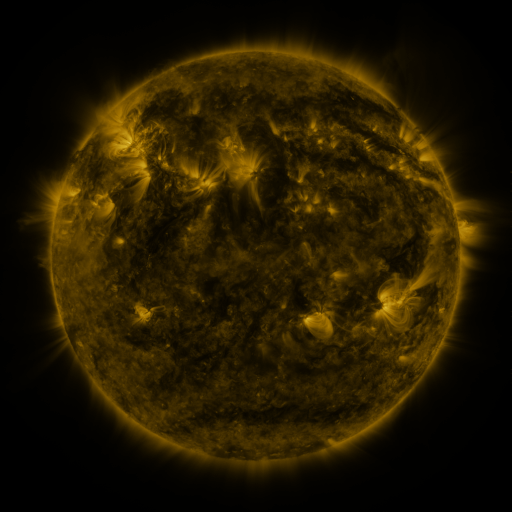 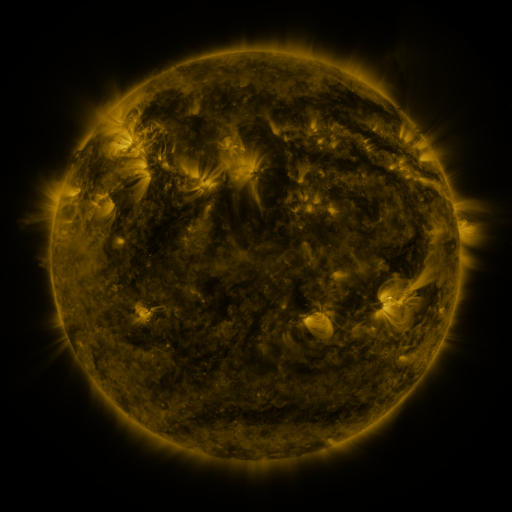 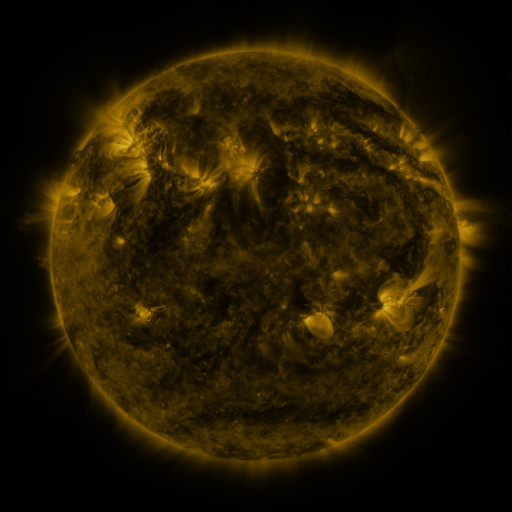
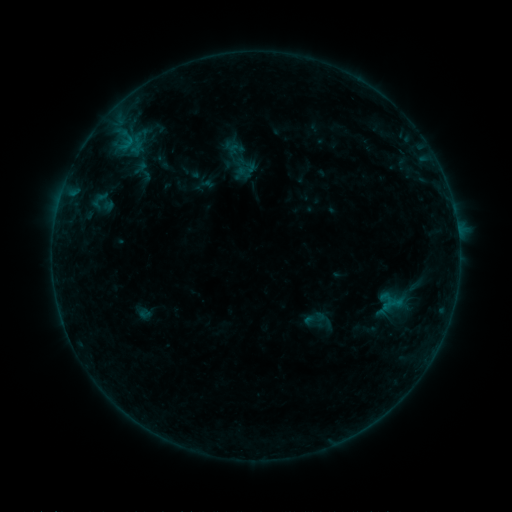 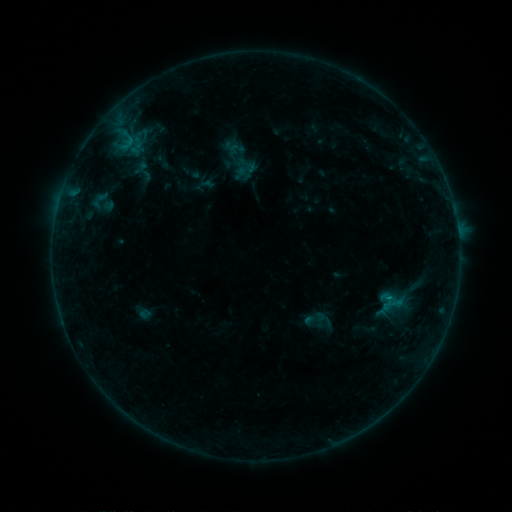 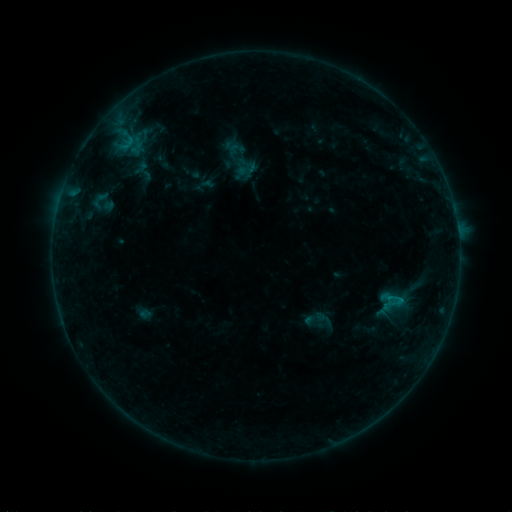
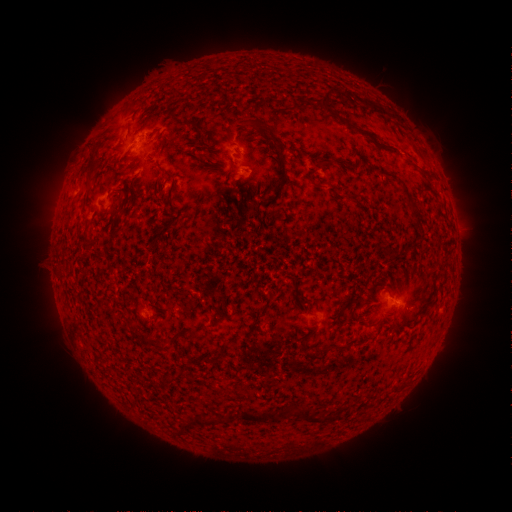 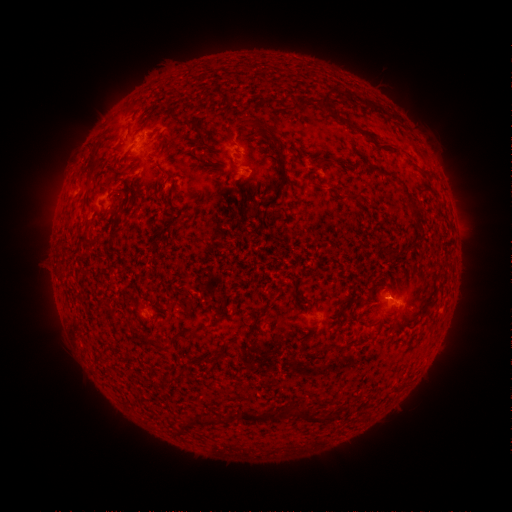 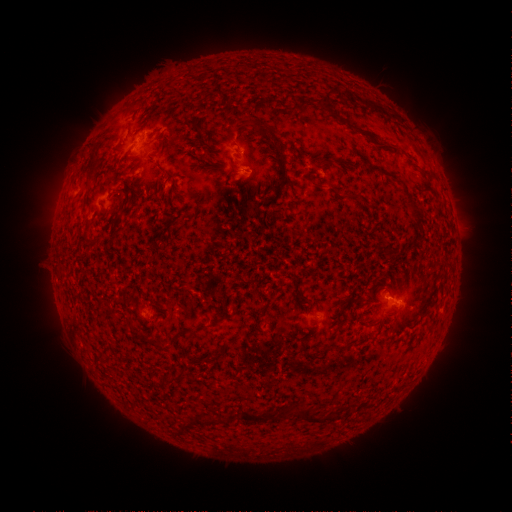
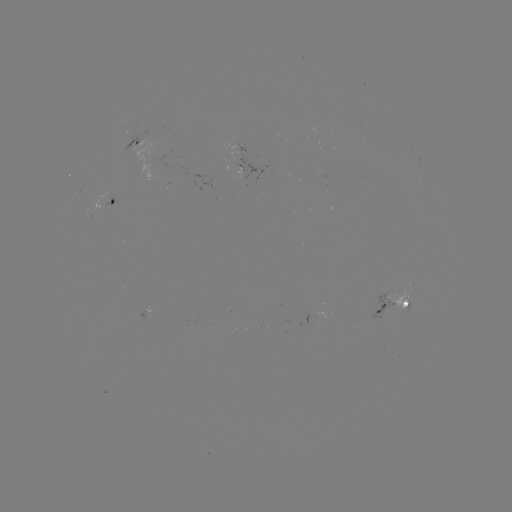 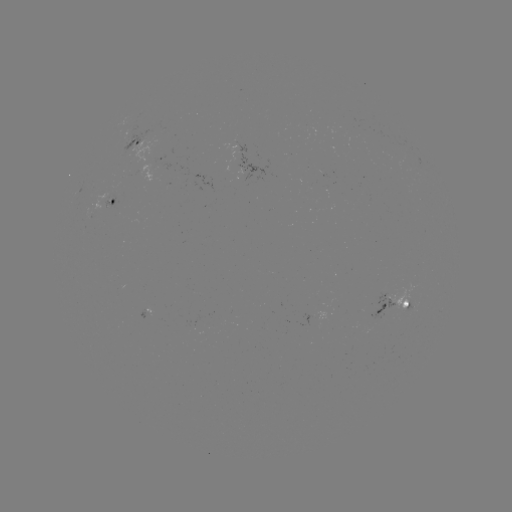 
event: flare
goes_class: B4.0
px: (389, 294)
